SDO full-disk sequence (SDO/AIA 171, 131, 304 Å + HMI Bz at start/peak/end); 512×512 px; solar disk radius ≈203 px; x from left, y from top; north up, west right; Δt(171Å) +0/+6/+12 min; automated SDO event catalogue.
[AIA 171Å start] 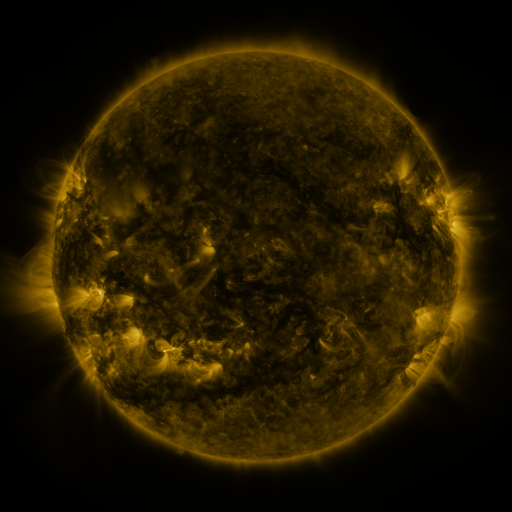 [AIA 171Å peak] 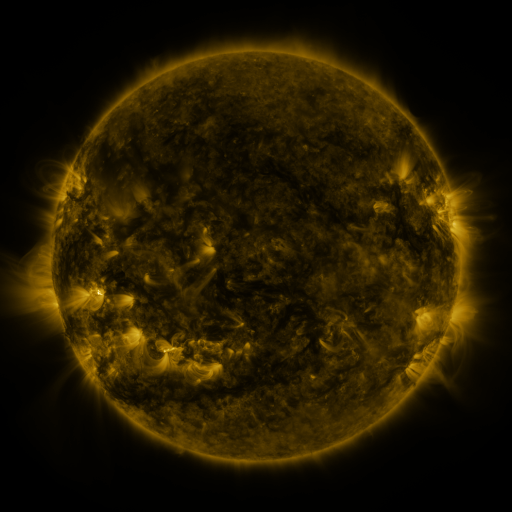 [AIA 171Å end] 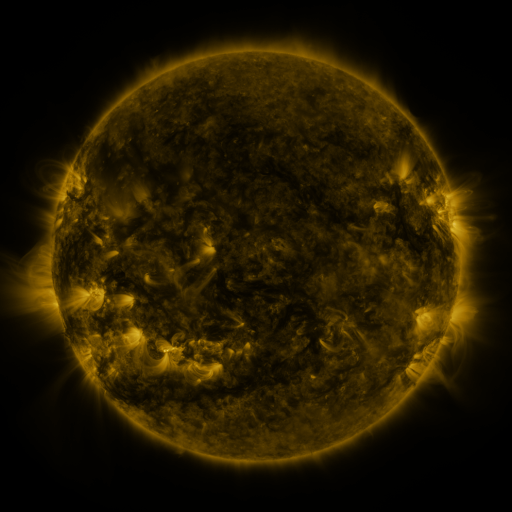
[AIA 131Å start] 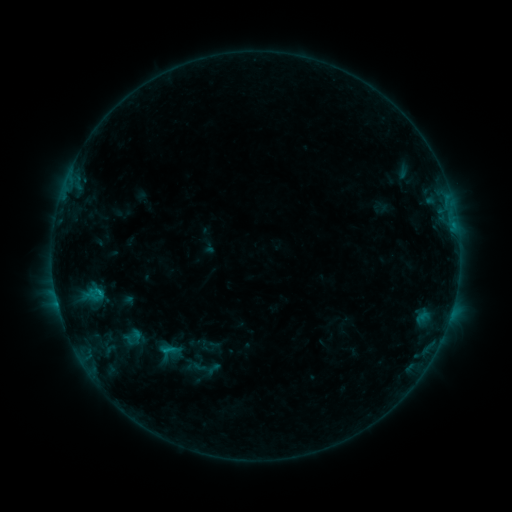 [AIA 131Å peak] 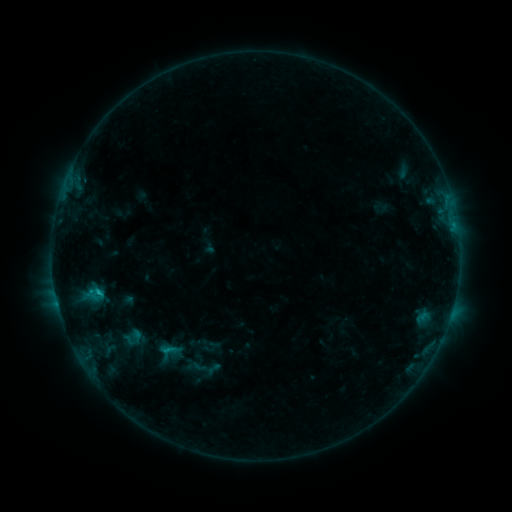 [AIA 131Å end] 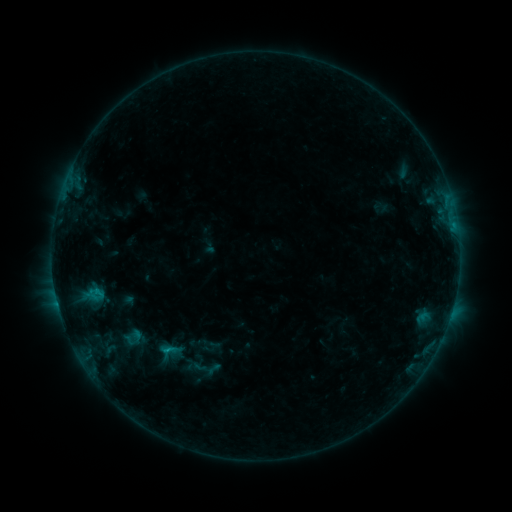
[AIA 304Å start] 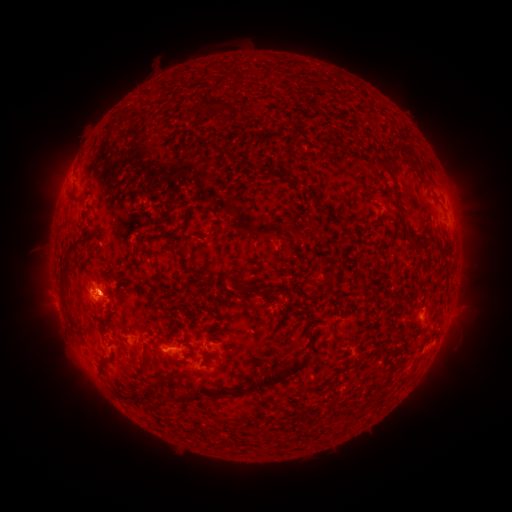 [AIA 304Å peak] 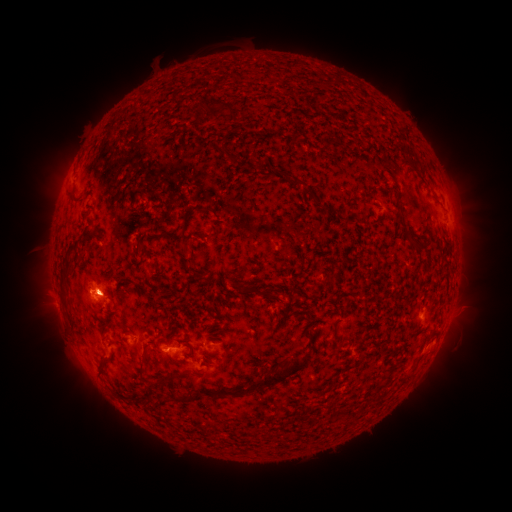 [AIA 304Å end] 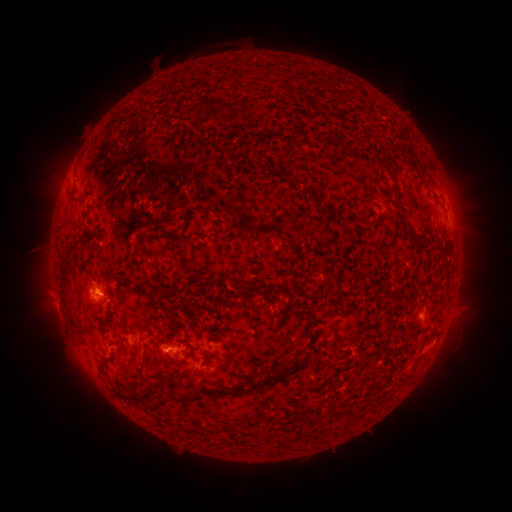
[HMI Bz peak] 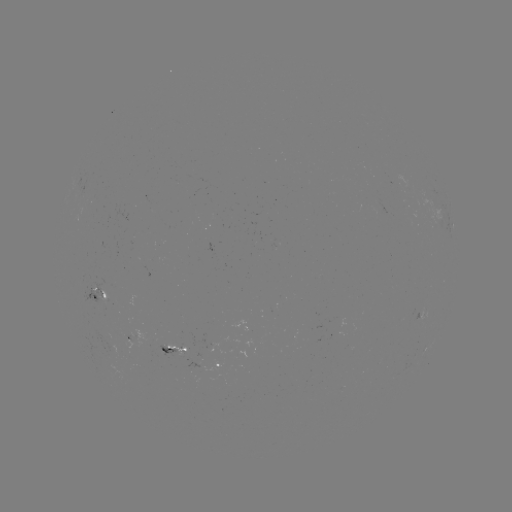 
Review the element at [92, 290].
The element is B6.1 flare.